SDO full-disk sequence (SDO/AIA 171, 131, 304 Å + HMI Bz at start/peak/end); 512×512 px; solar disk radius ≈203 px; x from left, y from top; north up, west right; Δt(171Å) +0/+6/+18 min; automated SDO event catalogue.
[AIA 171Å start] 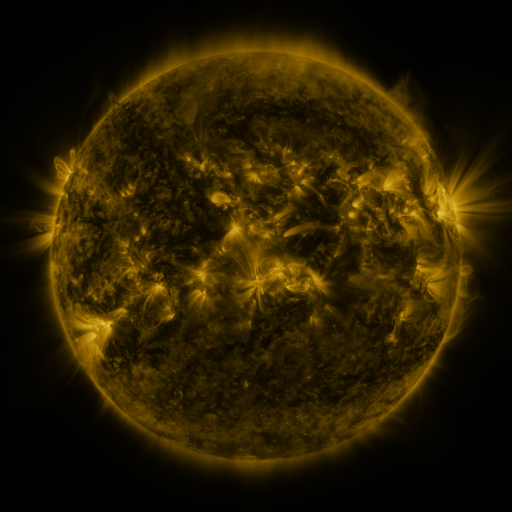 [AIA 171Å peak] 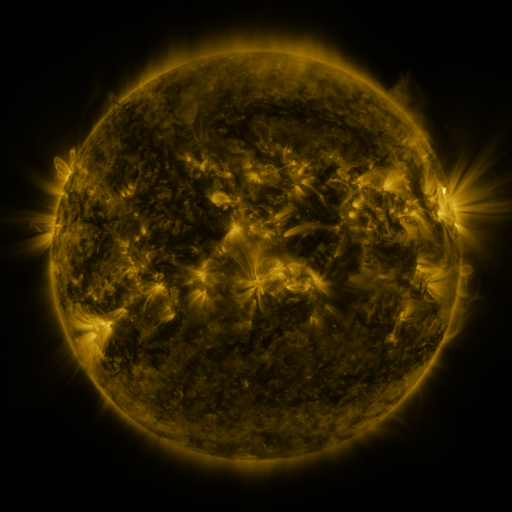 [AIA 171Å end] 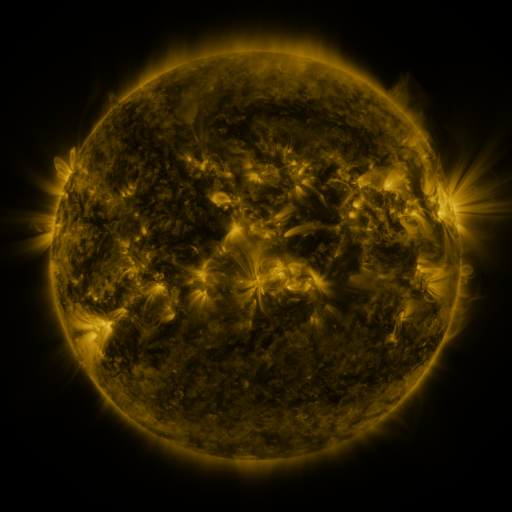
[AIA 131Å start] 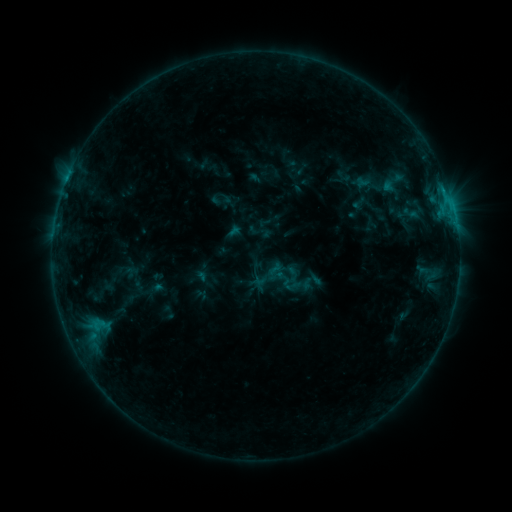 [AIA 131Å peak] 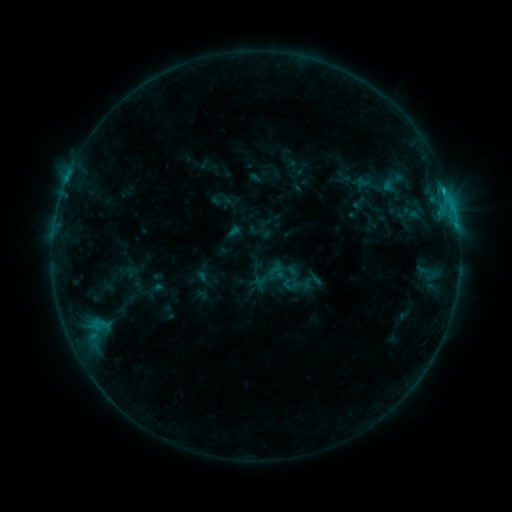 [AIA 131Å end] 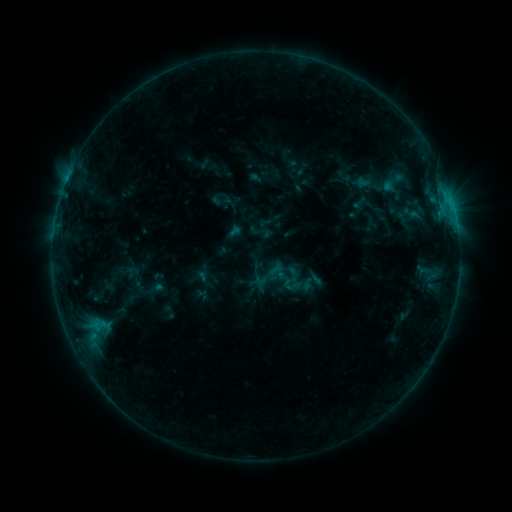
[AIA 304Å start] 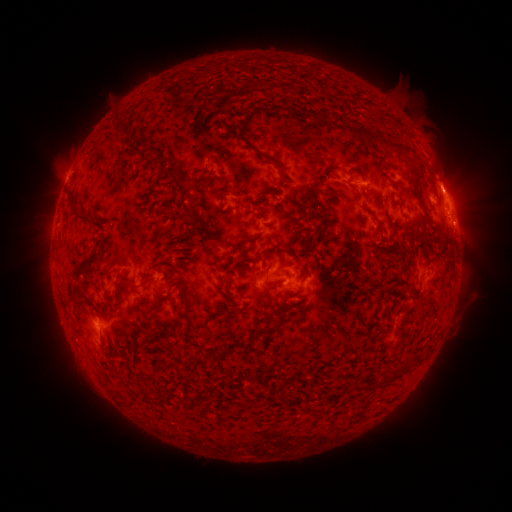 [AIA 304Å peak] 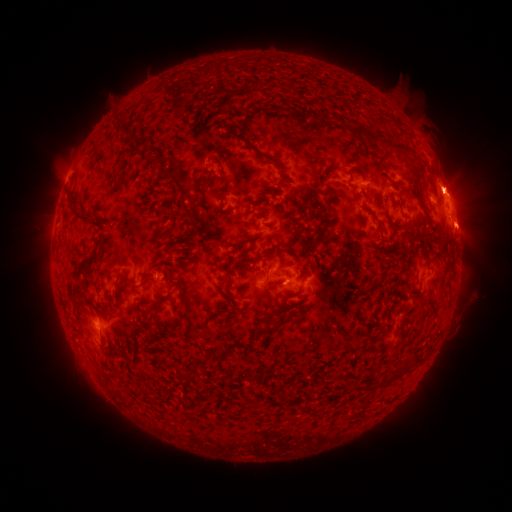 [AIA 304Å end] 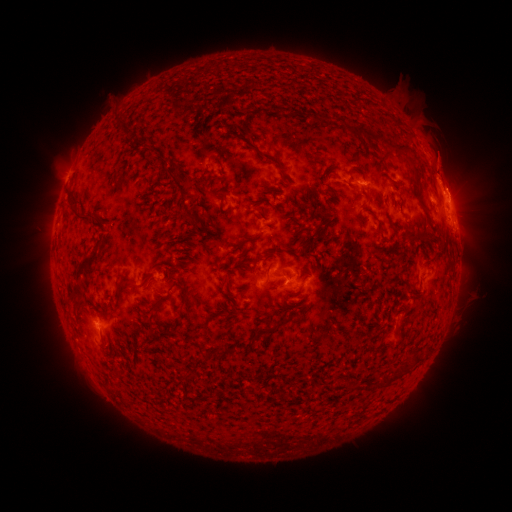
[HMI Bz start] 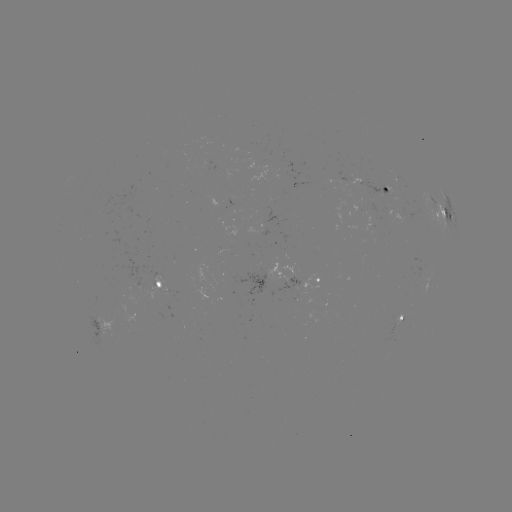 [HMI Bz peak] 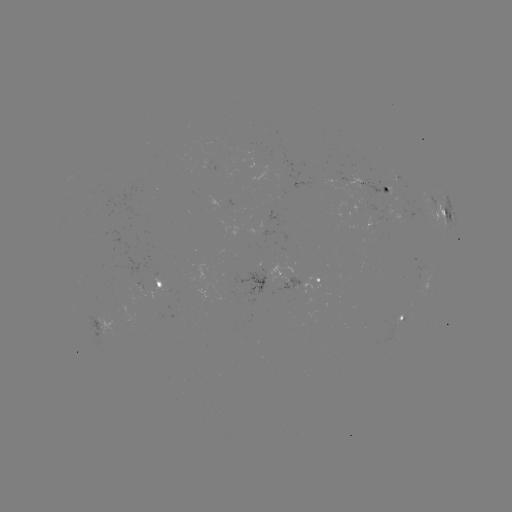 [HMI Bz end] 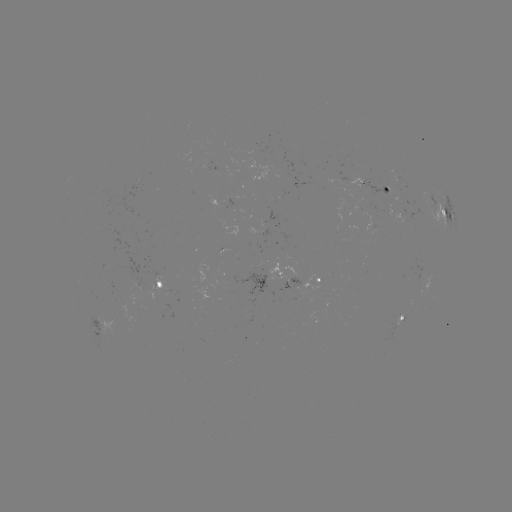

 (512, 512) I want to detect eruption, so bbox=[406, 143, 490, 251].